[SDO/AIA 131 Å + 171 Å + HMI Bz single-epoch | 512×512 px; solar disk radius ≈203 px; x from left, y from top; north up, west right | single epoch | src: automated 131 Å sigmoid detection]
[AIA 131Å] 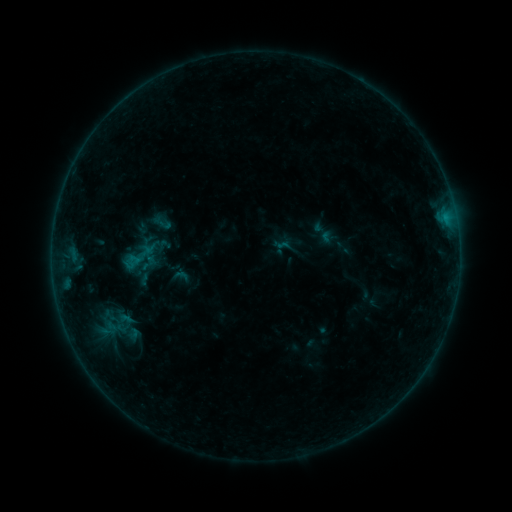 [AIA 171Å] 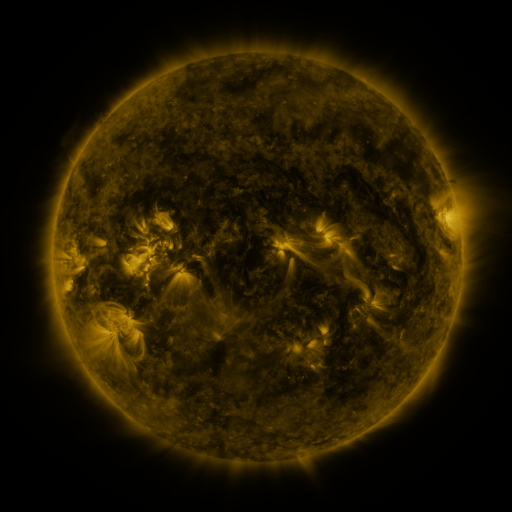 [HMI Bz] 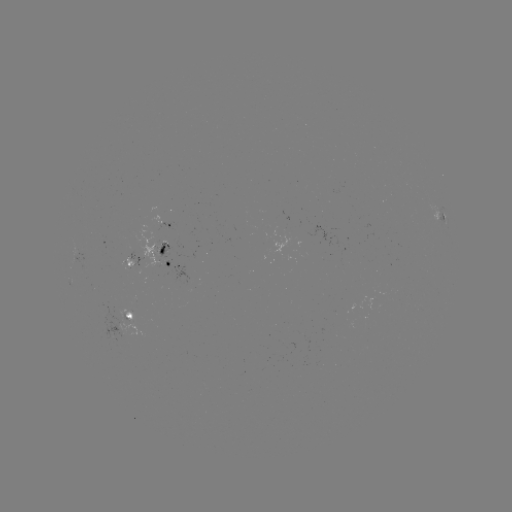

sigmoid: [122, 233, 165, 283]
